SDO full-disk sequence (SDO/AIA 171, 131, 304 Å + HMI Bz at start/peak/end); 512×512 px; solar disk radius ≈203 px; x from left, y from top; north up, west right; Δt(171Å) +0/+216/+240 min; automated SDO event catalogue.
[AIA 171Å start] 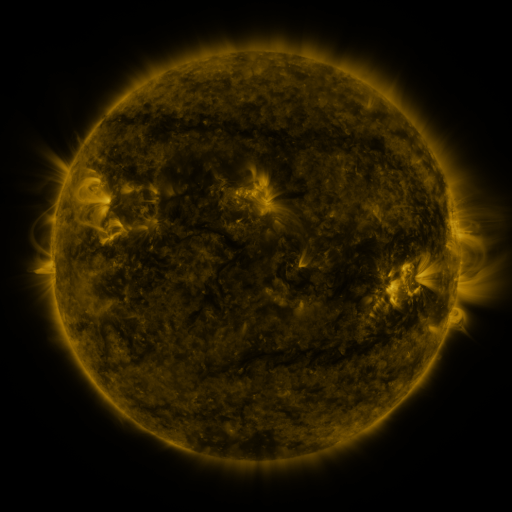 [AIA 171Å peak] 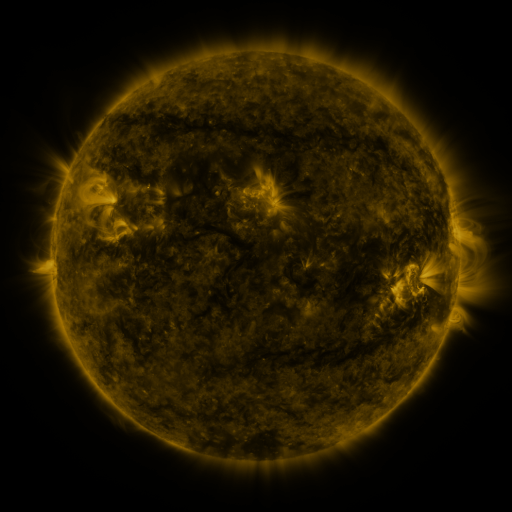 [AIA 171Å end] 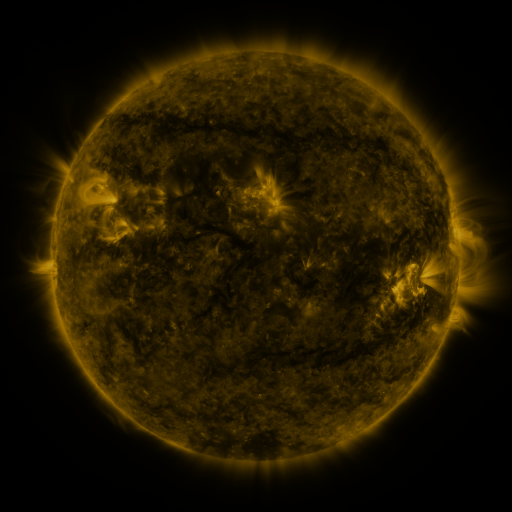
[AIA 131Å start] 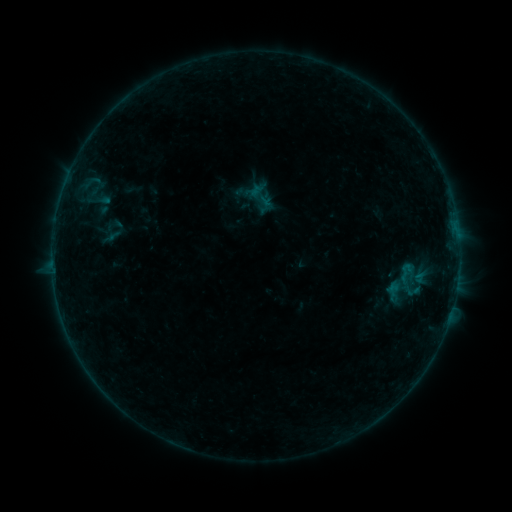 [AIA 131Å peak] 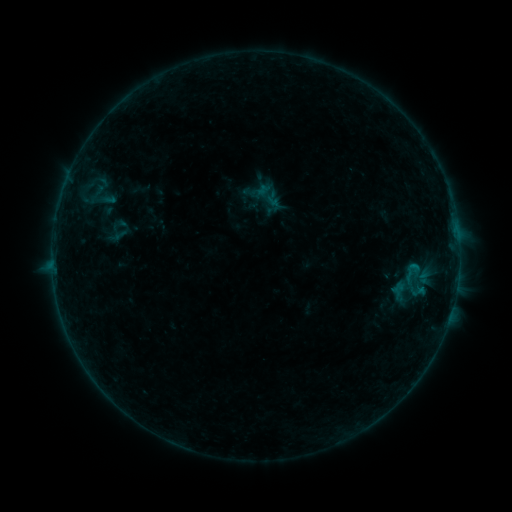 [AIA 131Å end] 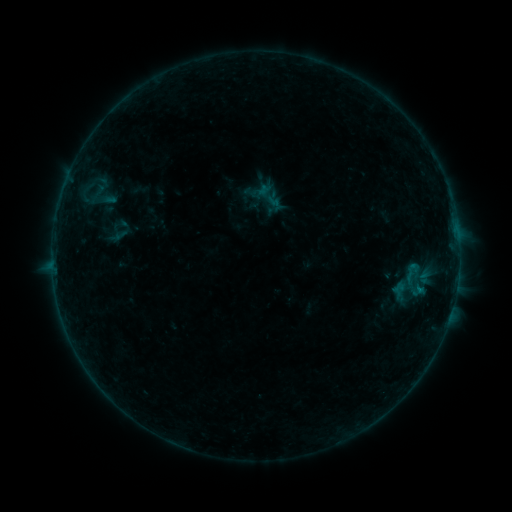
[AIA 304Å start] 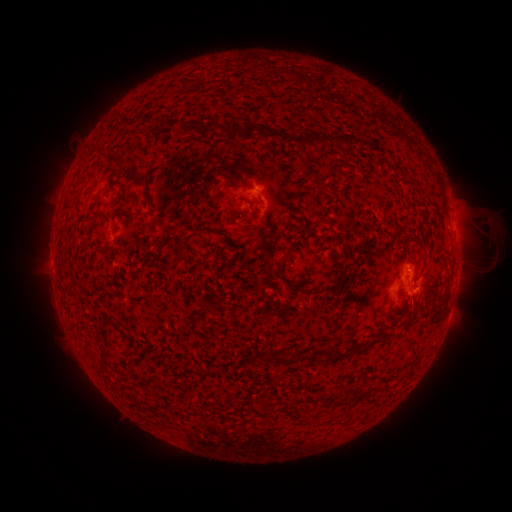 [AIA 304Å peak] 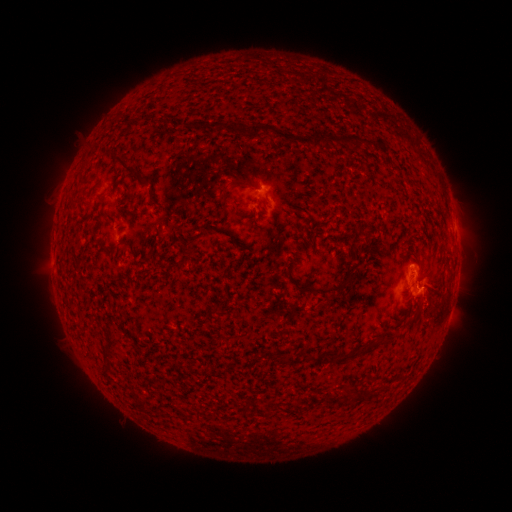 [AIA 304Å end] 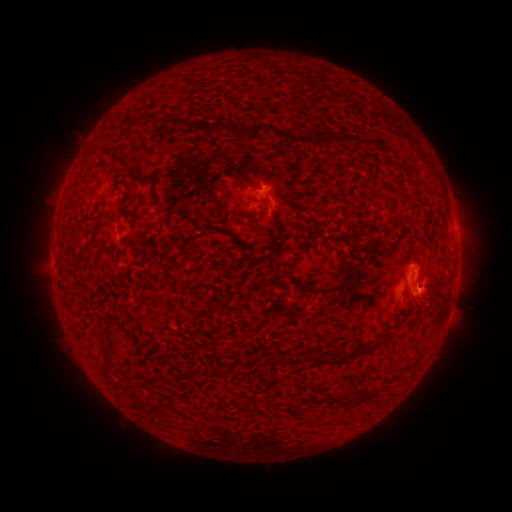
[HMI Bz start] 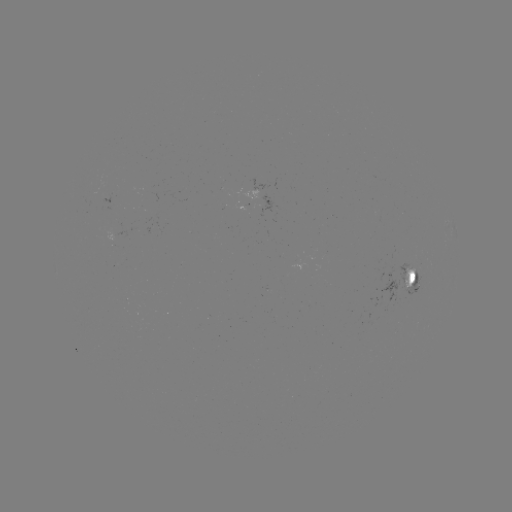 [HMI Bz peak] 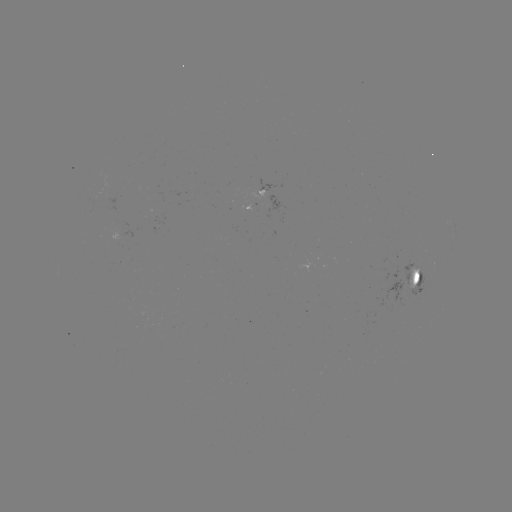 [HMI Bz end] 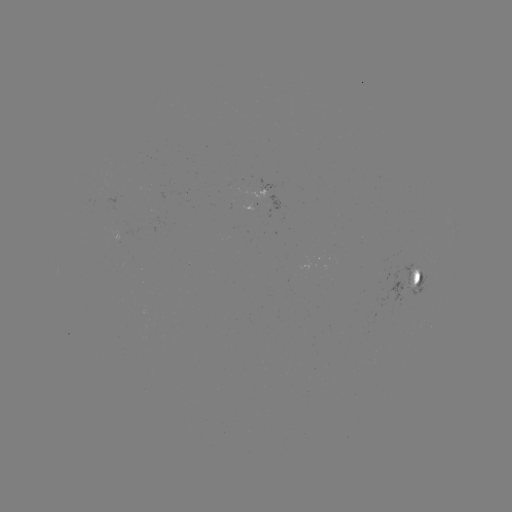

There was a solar emerging-flux region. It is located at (251, 206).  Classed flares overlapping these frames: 3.